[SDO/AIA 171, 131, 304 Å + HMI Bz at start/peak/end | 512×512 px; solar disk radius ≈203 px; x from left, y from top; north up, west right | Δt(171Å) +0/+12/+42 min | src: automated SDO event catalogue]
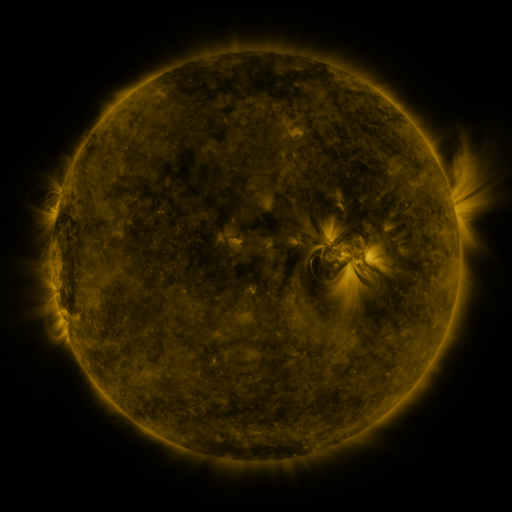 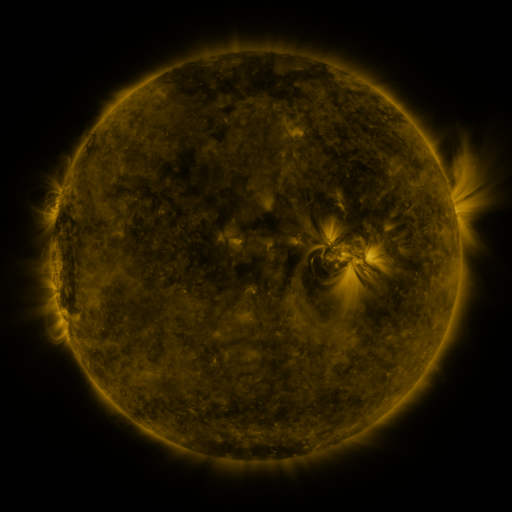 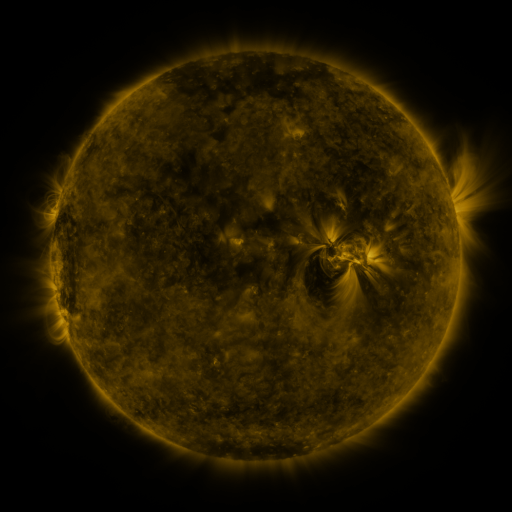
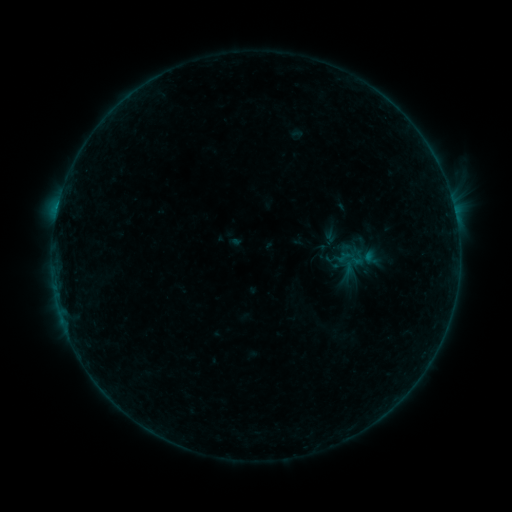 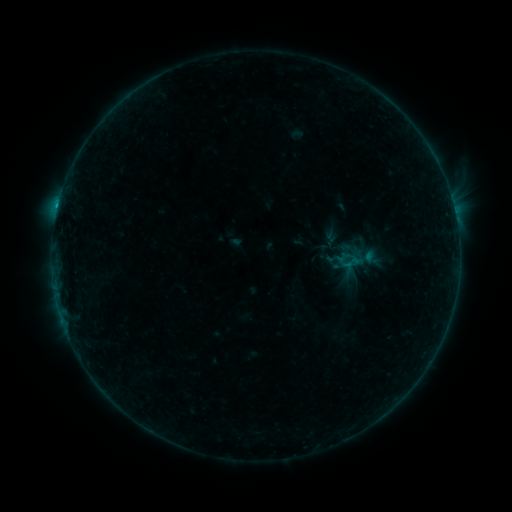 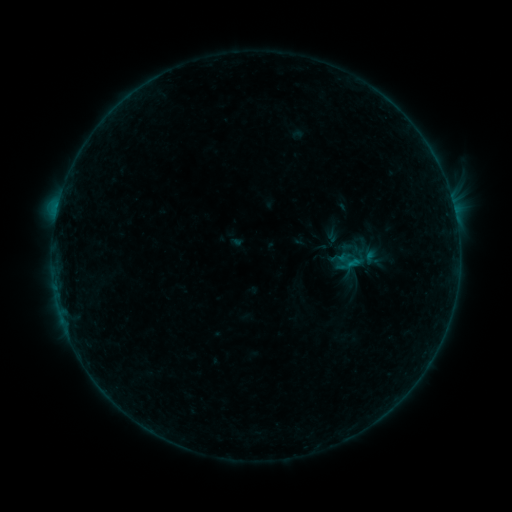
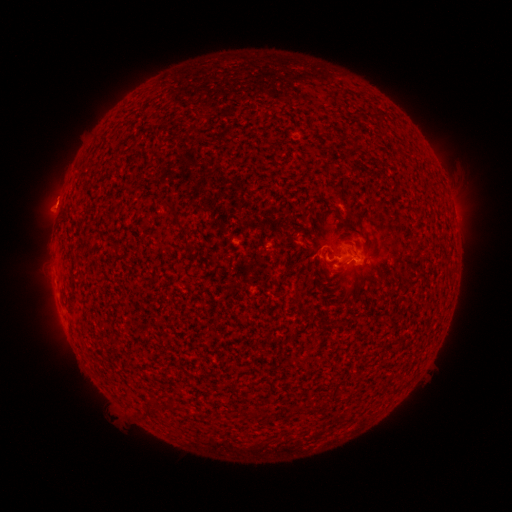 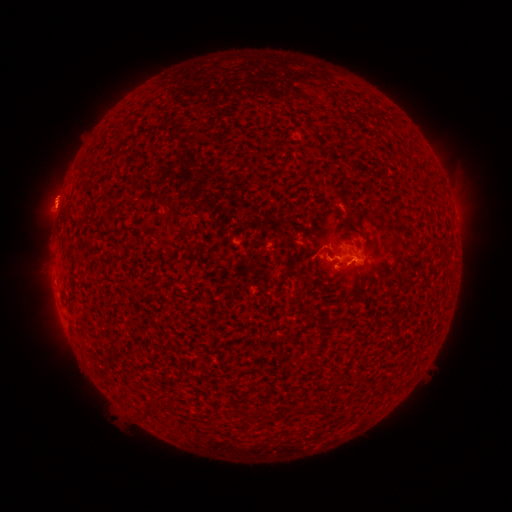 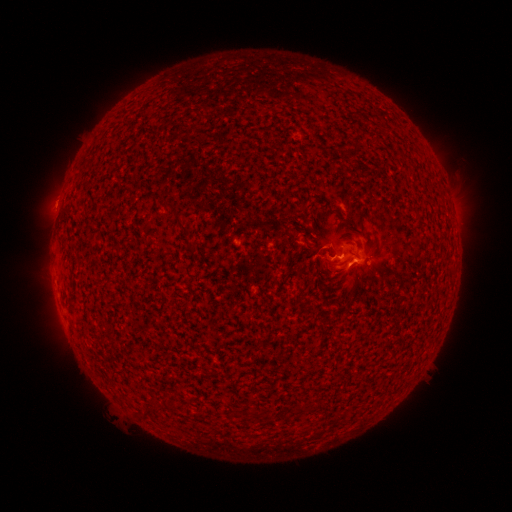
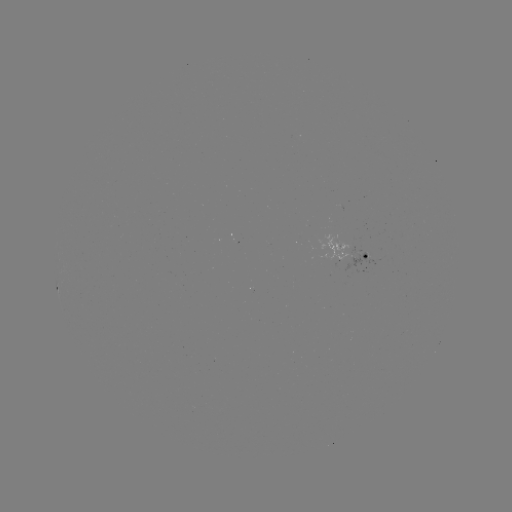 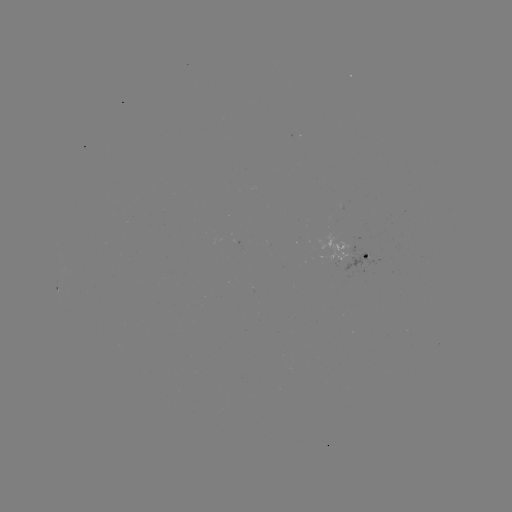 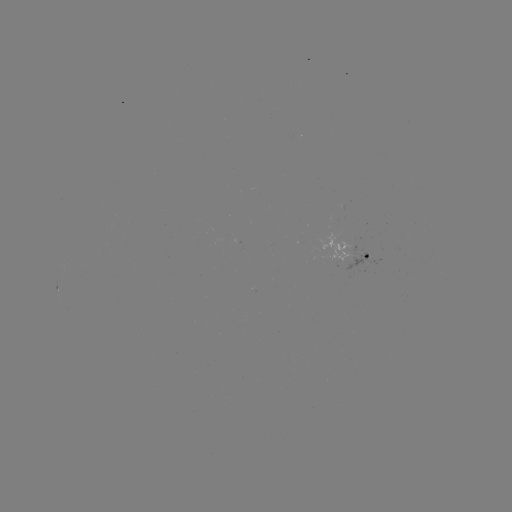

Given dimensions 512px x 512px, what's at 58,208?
B9.4 flare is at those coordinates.